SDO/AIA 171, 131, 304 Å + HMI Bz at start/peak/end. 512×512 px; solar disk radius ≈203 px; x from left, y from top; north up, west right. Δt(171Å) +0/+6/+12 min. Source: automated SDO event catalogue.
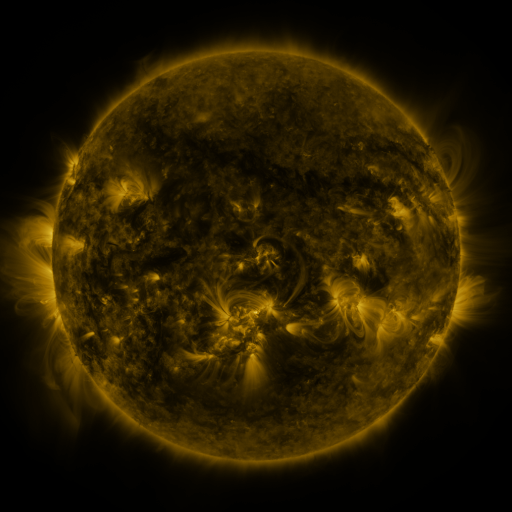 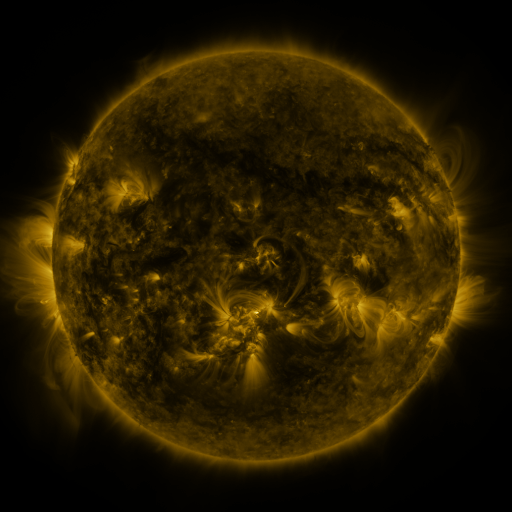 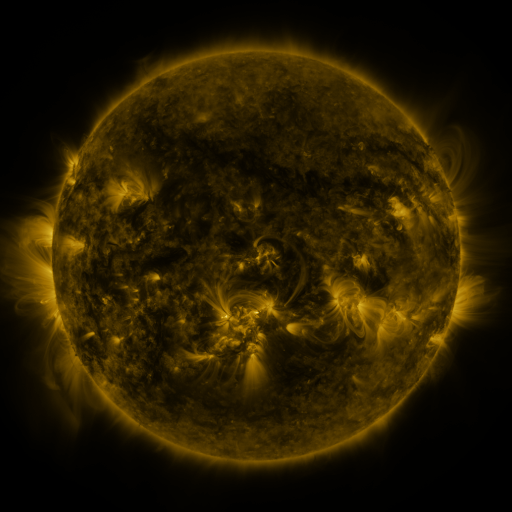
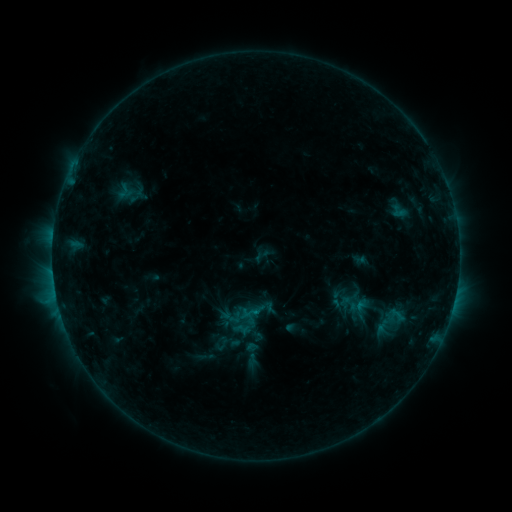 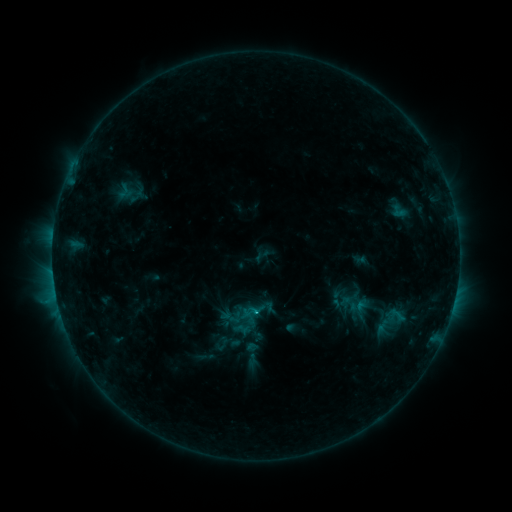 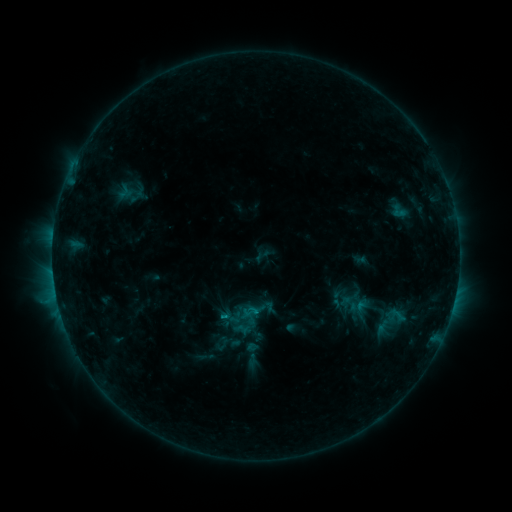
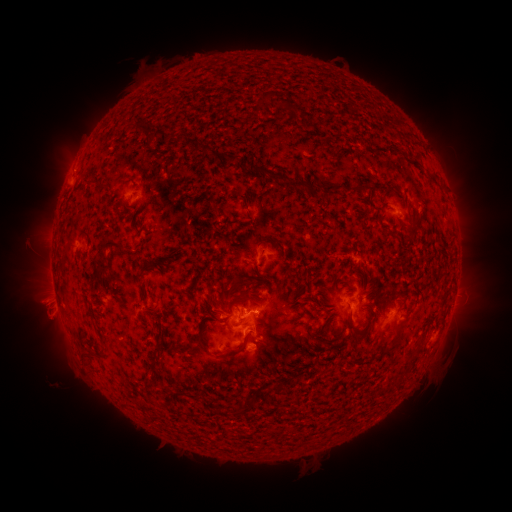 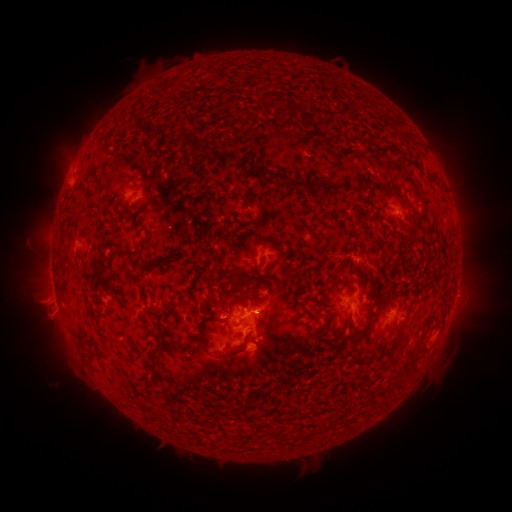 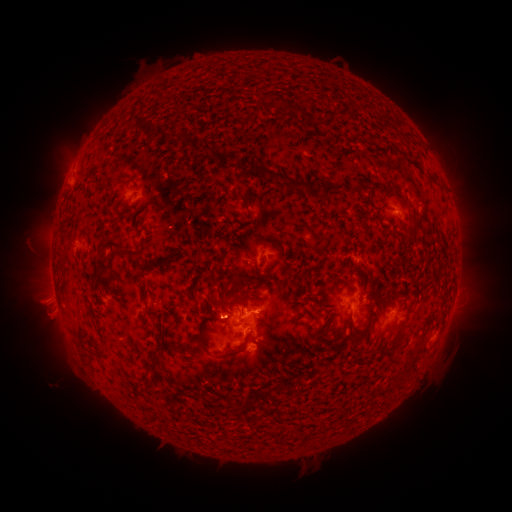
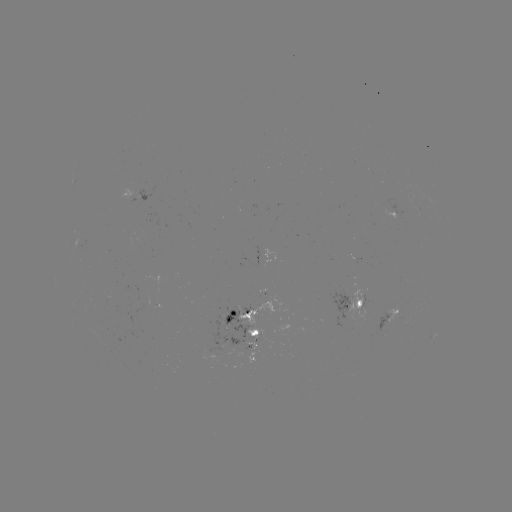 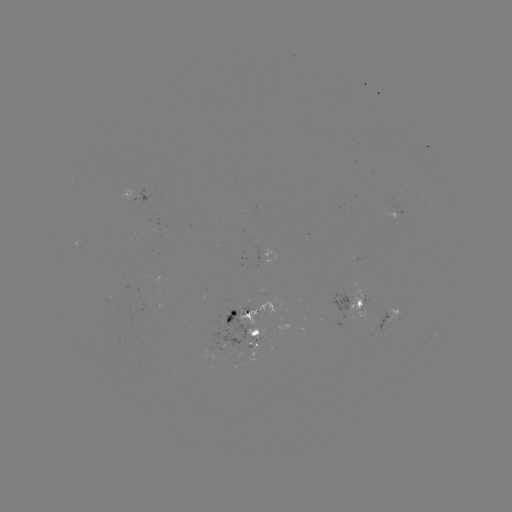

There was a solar flare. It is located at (256, 309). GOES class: C1.1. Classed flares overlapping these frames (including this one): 1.